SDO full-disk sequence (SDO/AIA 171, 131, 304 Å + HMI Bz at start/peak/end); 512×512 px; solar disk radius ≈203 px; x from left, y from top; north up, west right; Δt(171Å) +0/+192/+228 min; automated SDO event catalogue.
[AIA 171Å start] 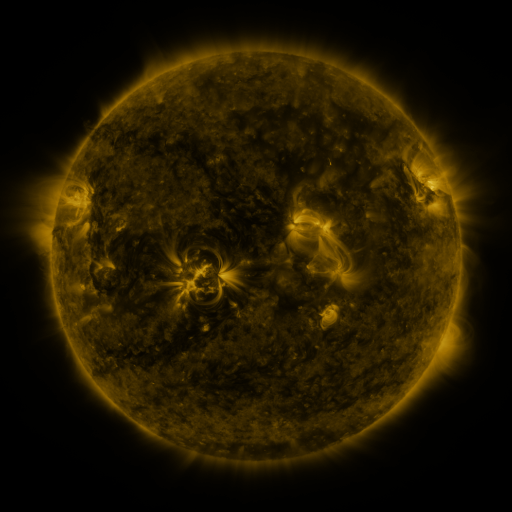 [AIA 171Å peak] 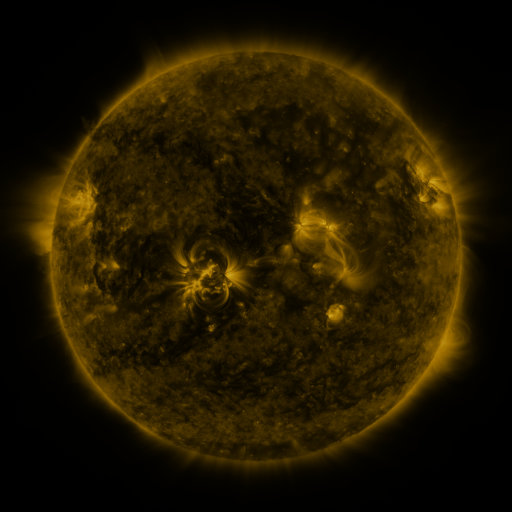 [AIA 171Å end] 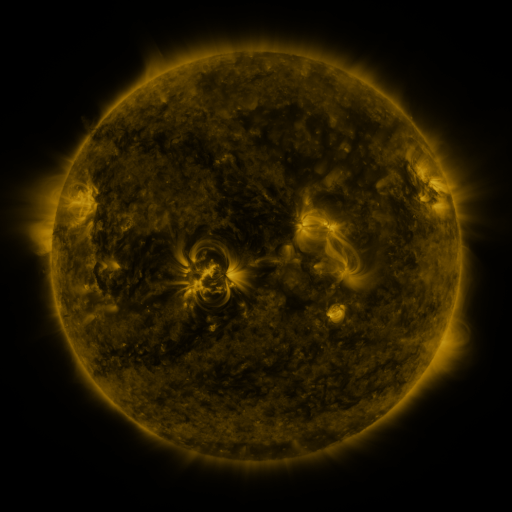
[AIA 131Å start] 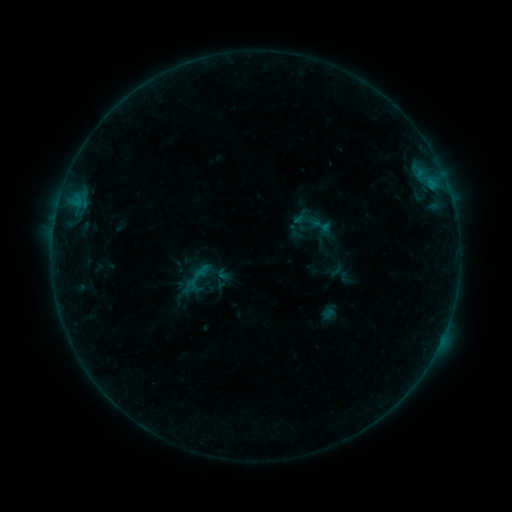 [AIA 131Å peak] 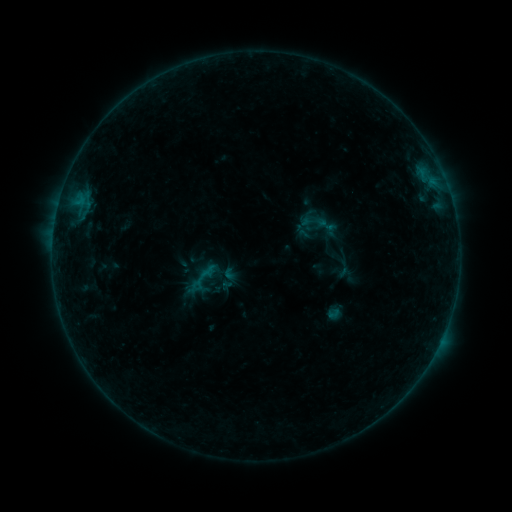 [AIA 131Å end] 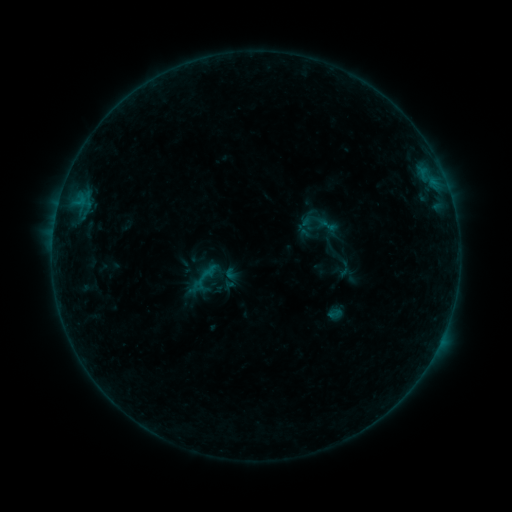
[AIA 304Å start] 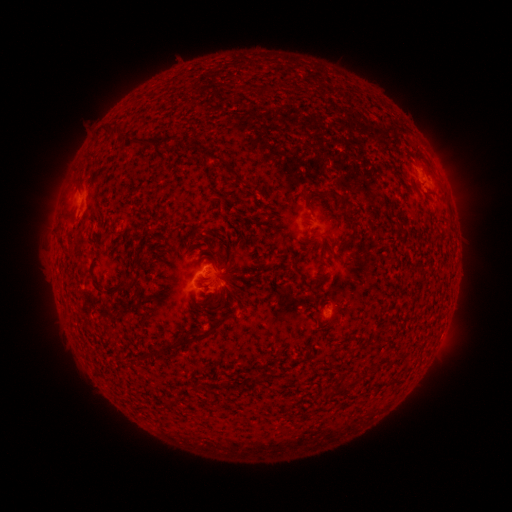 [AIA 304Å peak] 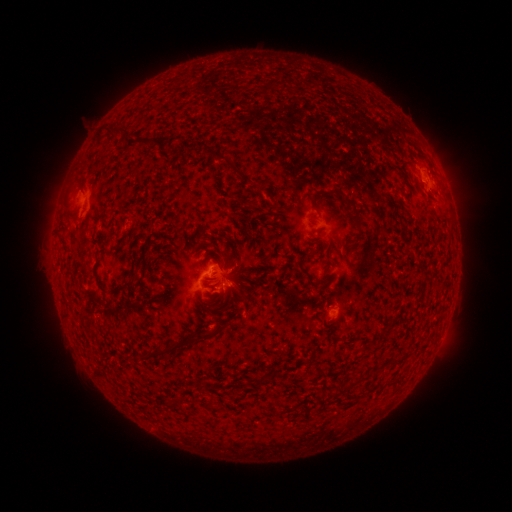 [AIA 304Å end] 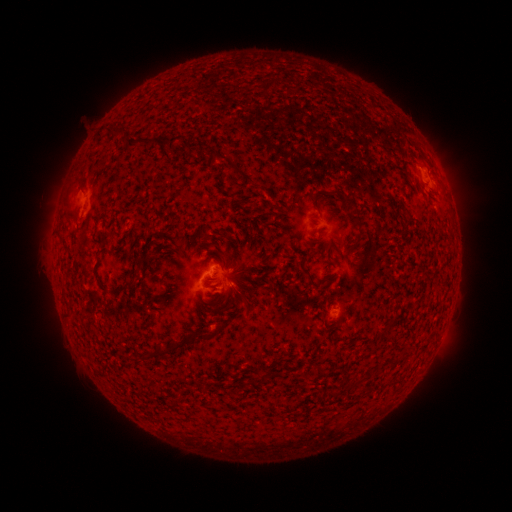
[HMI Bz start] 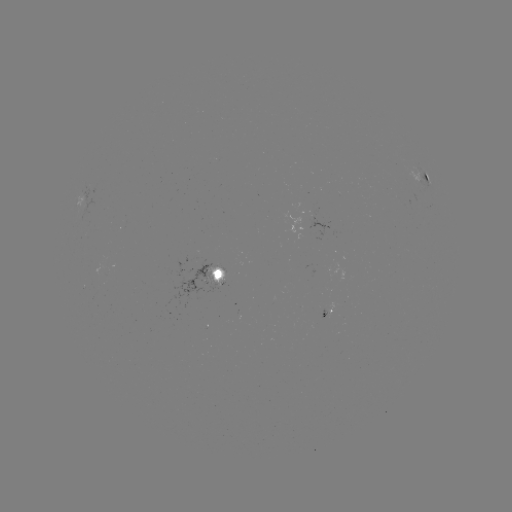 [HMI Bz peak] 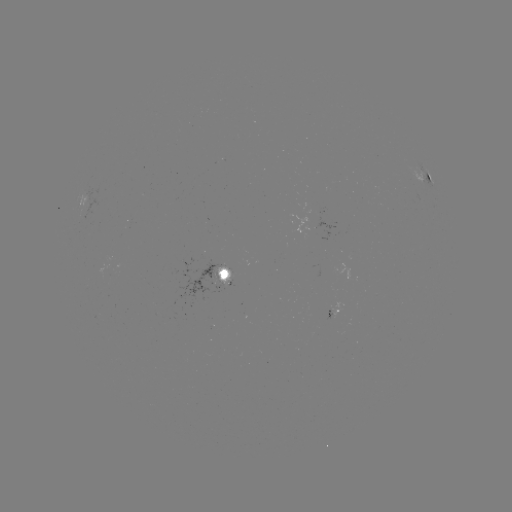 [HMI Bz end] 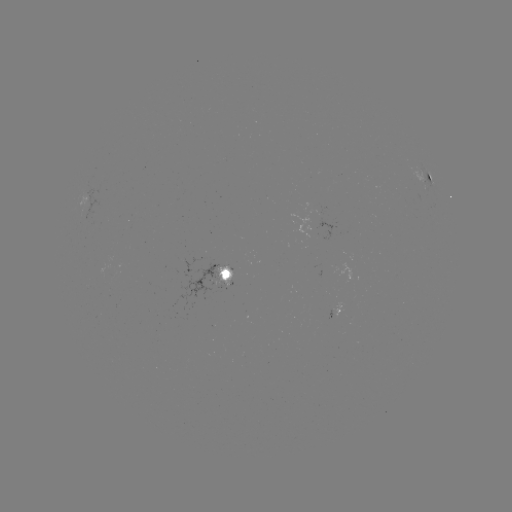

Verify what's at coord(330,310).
emerging-flux region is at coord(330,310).